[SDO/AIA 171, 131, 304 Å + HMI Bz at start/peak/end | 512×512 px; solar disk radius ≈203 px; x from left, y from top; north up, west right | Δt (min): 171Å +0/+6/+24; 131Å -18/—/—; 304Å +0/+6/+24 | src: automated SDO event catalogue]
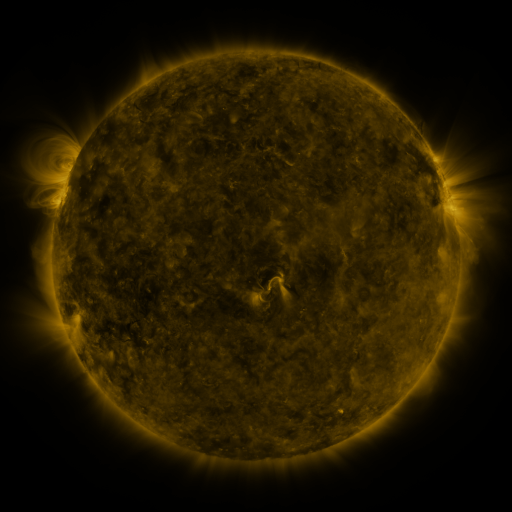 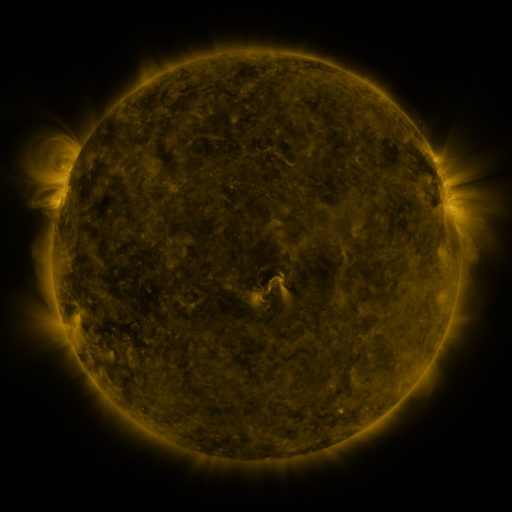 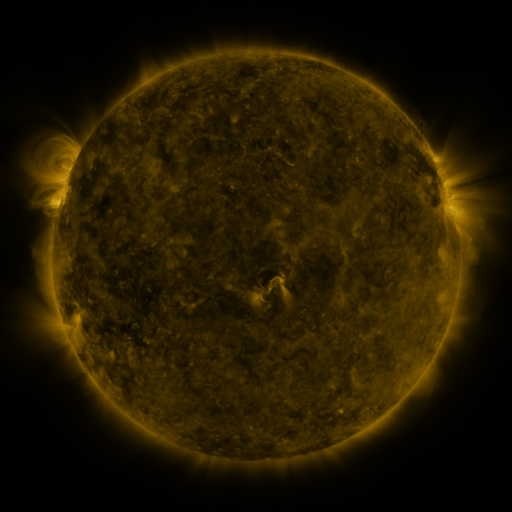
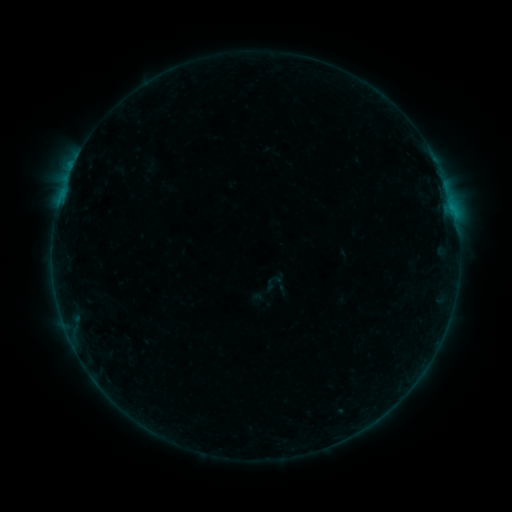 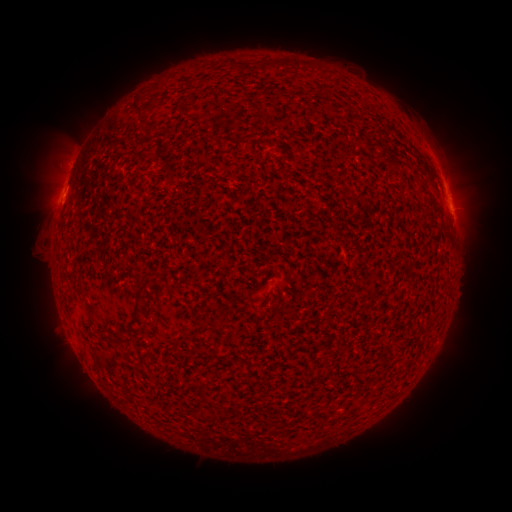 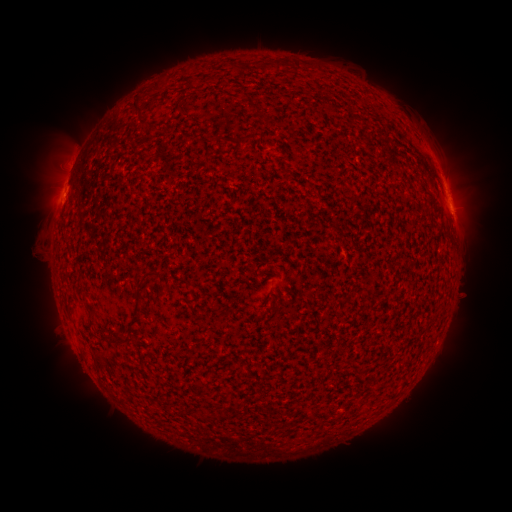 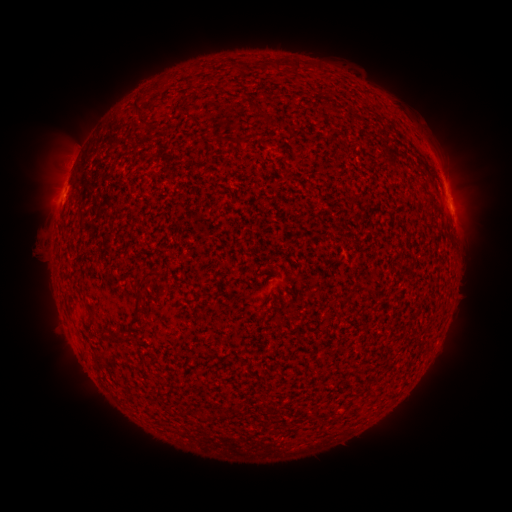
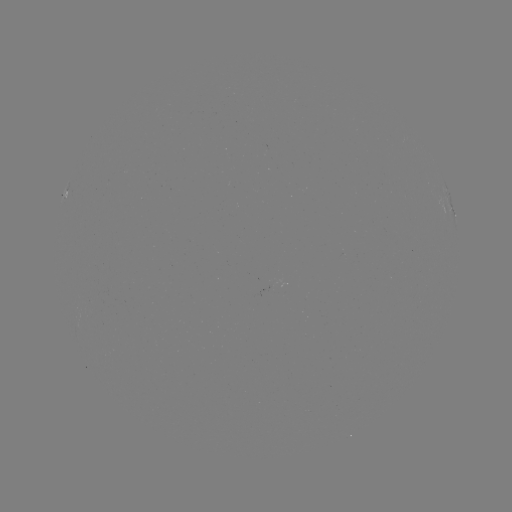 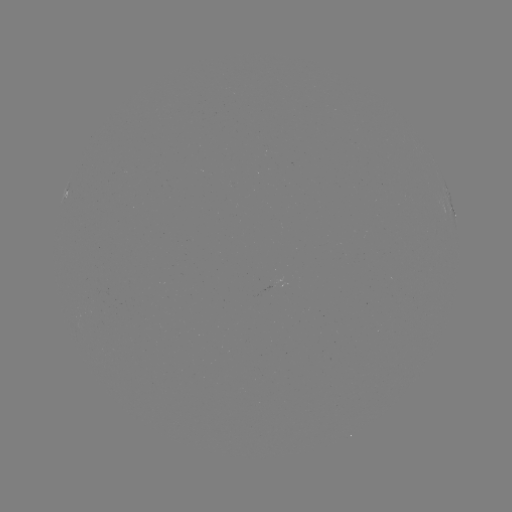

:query B5.9 flare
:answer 59,205